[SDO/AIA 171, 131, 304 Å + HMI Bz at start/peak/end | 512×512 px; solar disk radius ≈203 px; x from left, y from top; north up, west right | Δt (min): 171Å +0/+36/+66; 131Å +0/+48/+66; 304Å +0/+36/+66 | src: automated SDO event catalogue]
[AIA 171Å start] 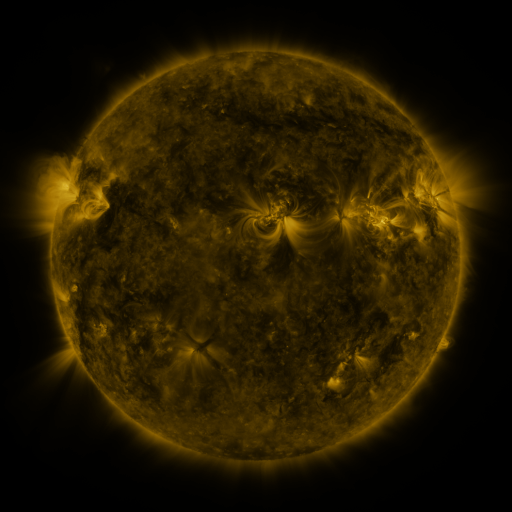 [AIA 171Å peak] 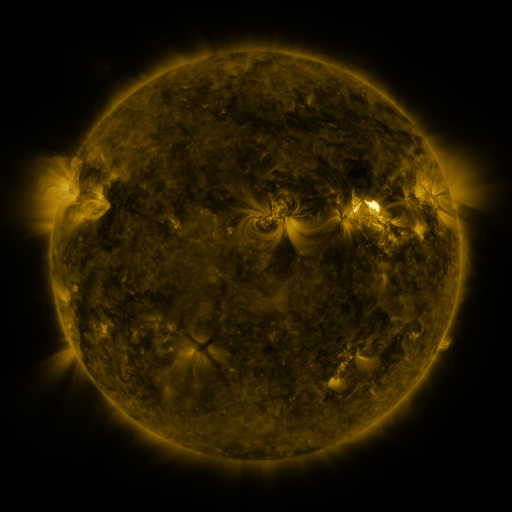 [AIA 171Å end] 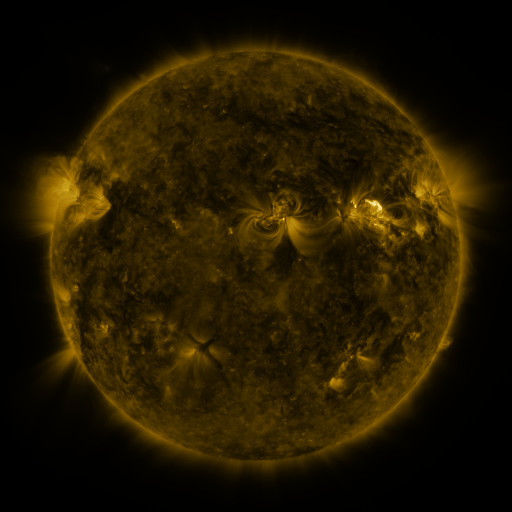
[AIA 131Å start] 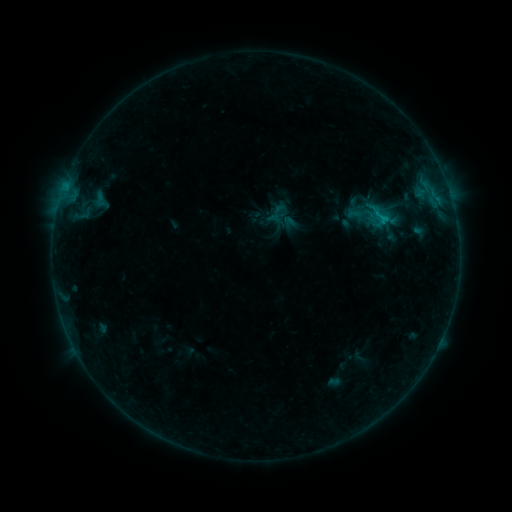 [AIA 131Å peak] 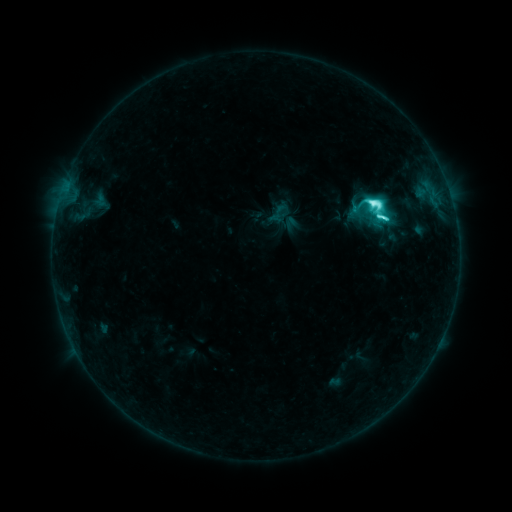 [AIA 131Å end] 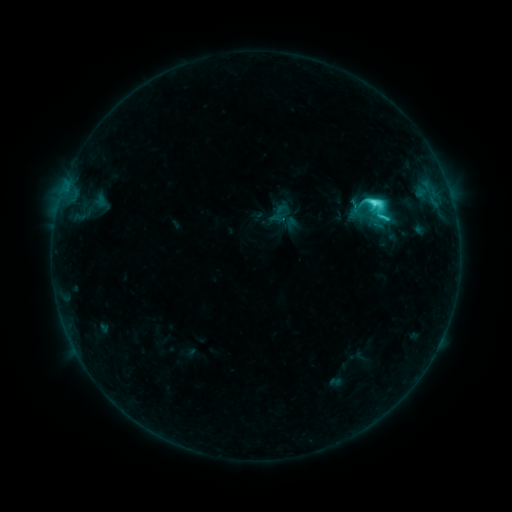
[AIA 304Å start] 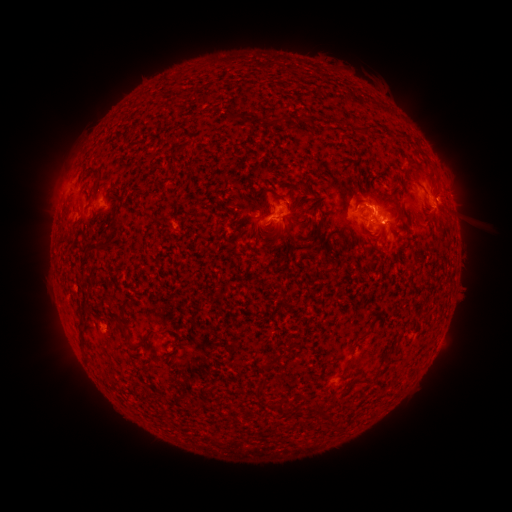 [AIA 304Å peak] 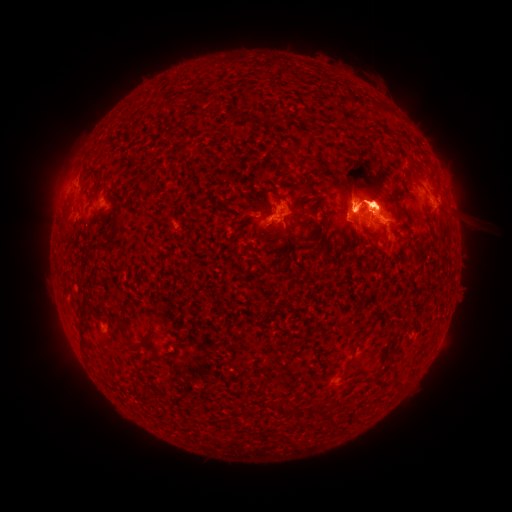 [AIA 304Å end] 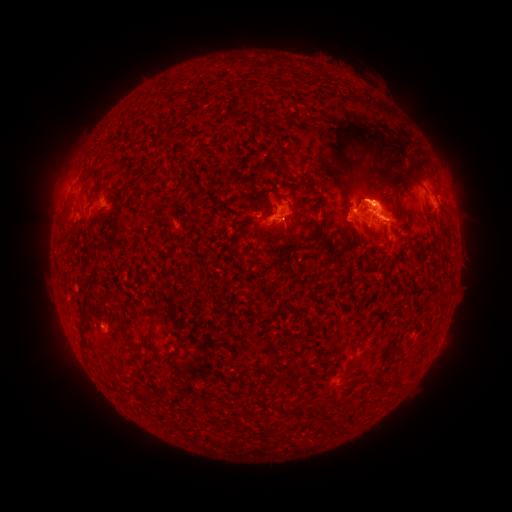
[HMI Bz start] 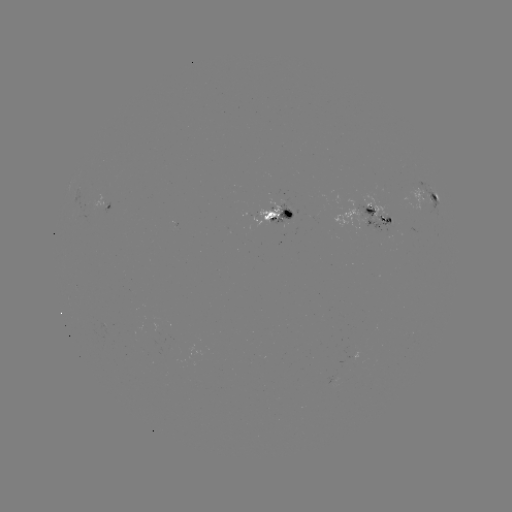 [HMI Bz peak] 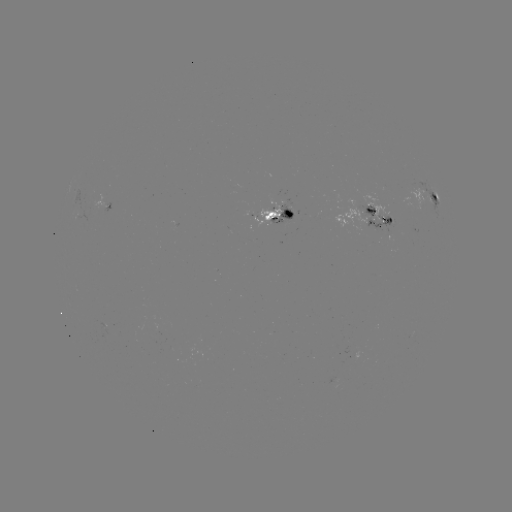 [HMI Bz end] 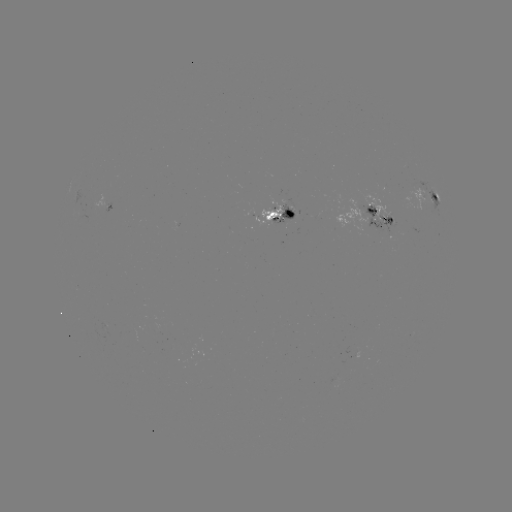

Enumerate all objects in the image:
eruption: (362, 190)
